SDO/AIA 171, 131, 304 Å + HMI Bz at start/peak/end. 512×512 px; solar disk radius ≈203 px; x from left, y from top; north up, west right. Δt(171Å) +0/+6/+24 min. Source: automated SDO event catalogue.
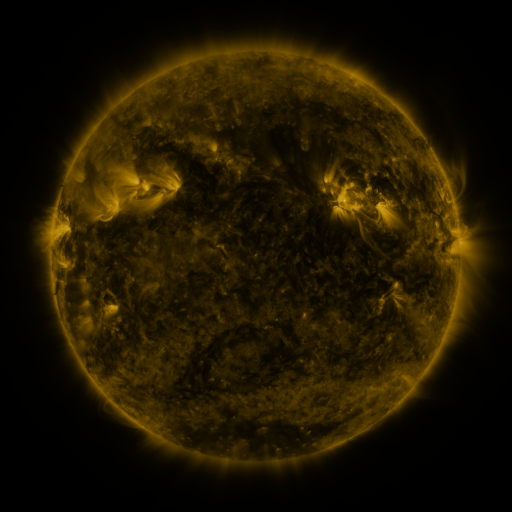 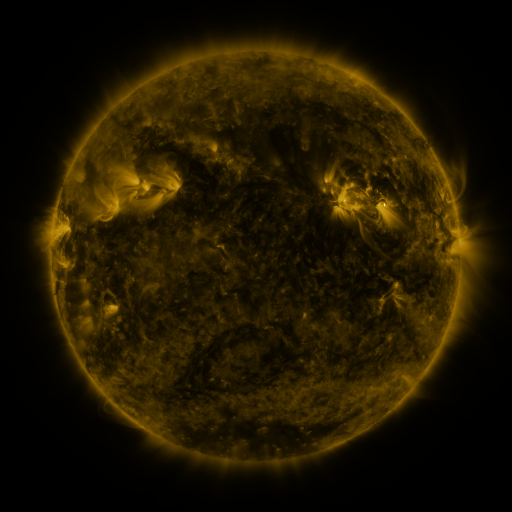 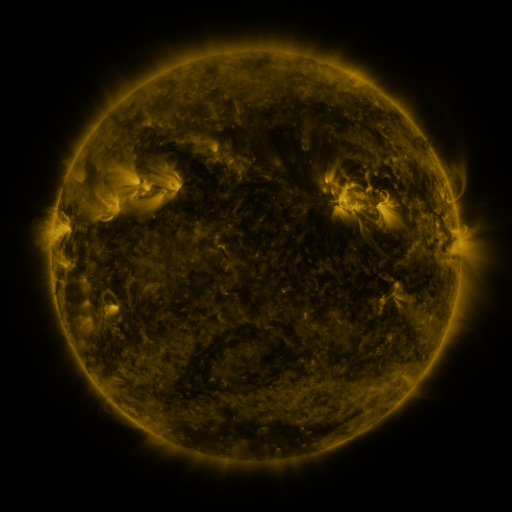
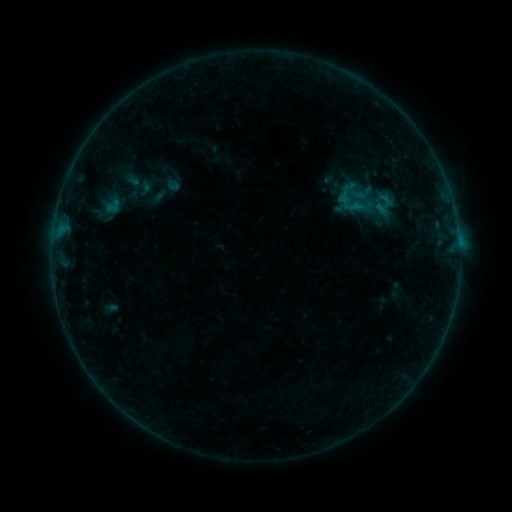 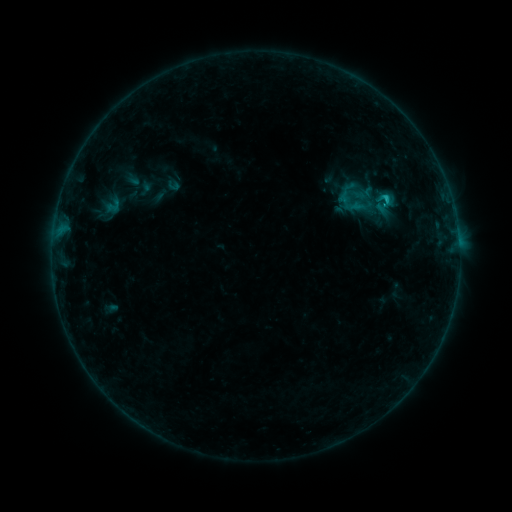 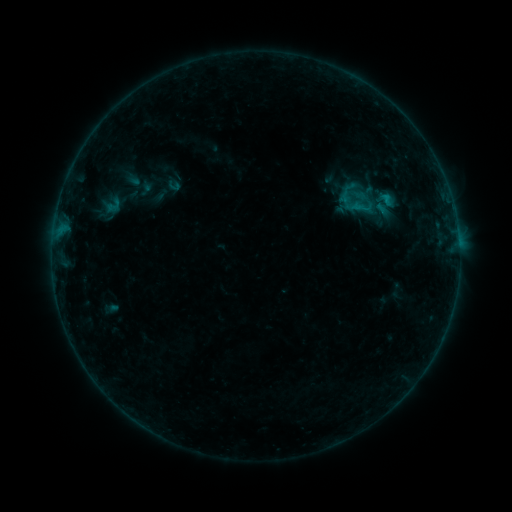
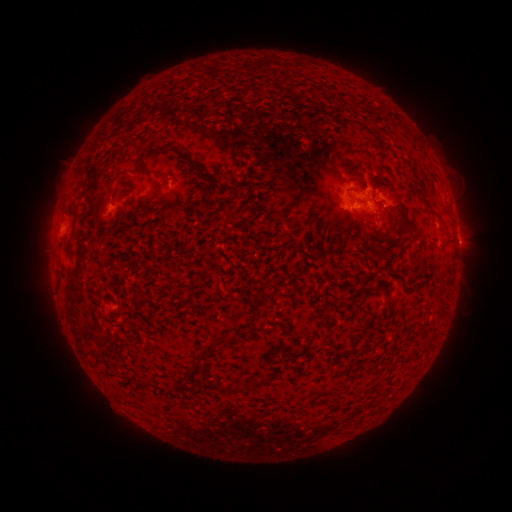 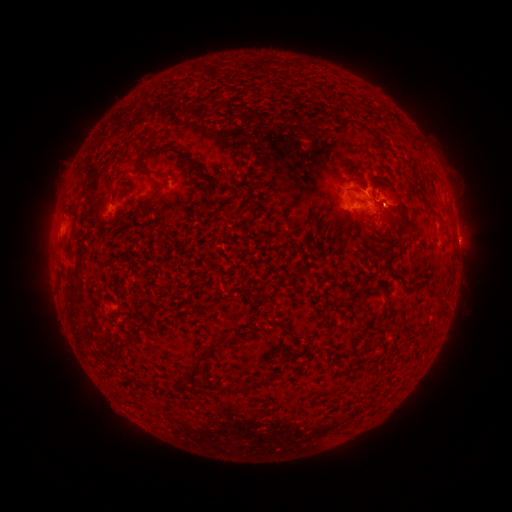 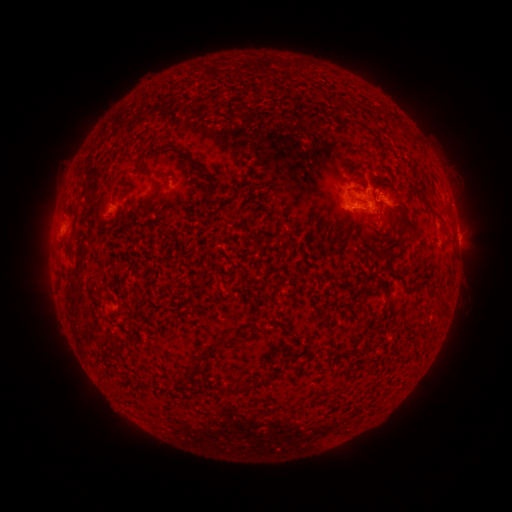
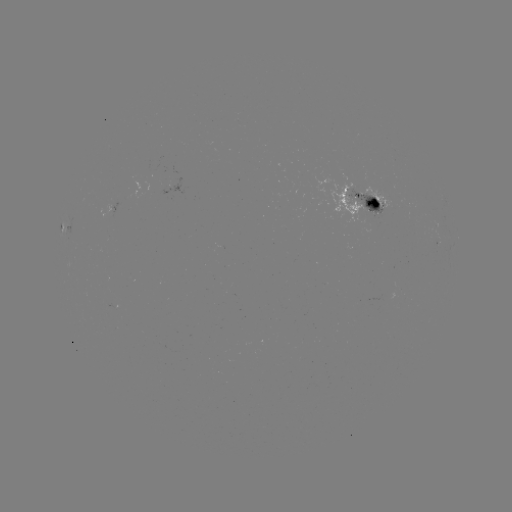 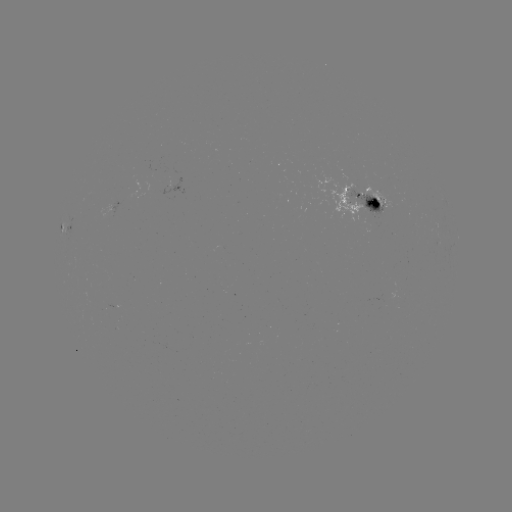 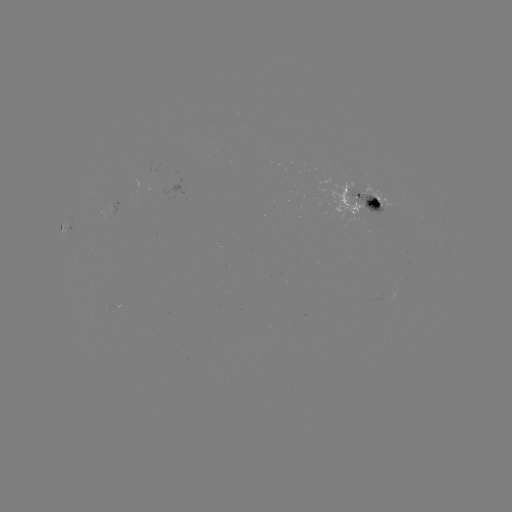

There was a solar flare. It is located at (387, 202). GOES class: C1.0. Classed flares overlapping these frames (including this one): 1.